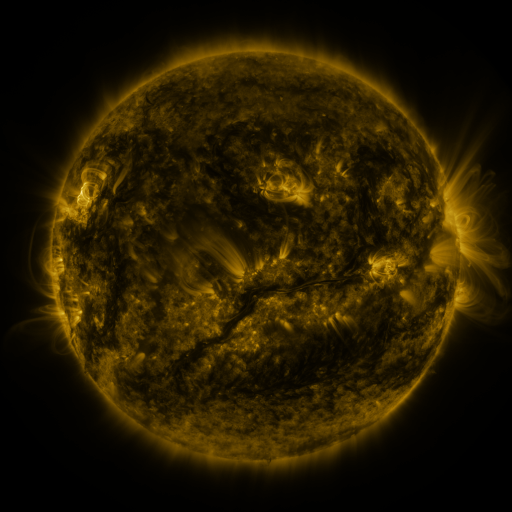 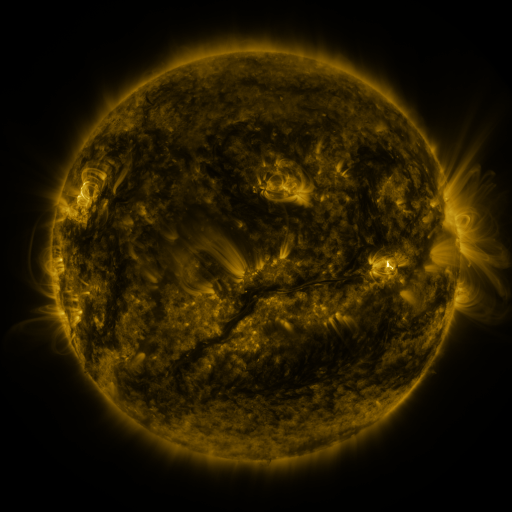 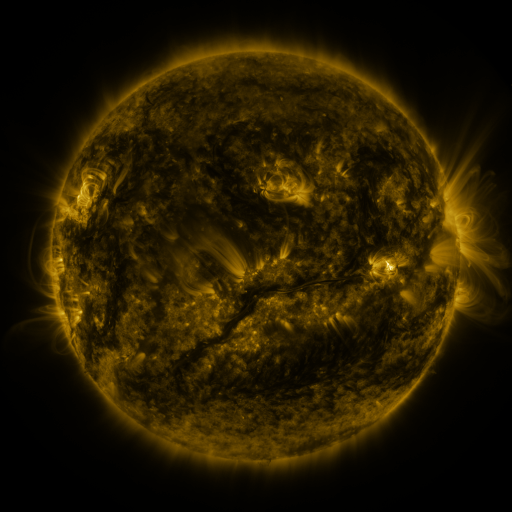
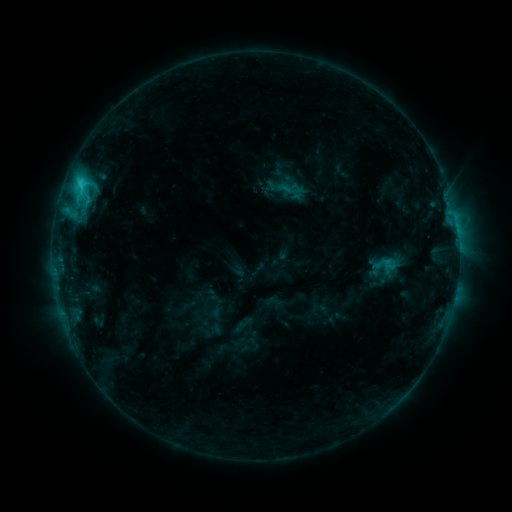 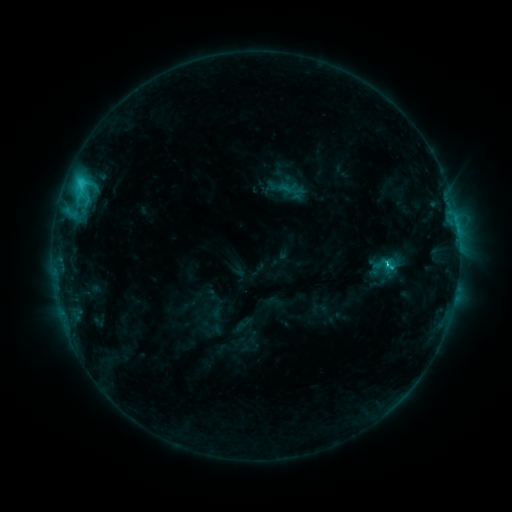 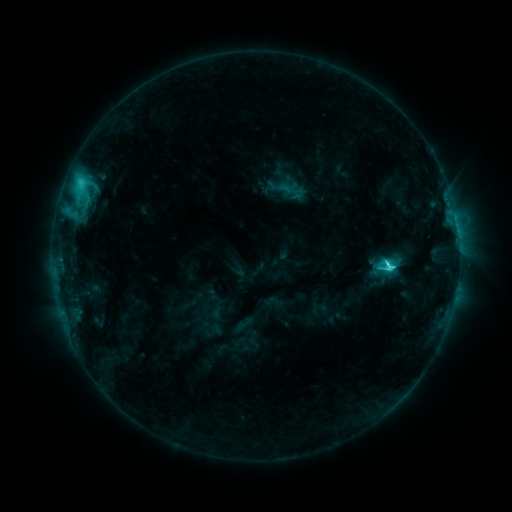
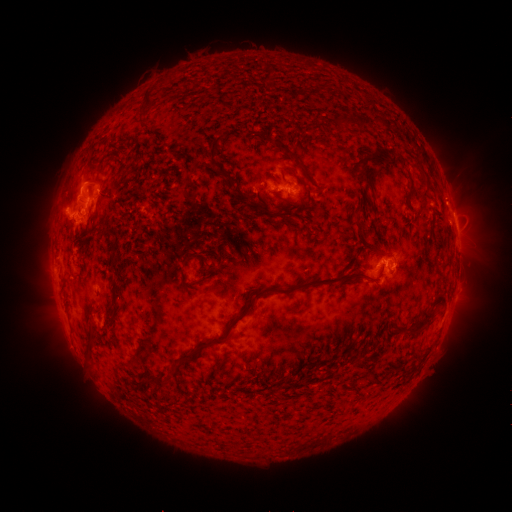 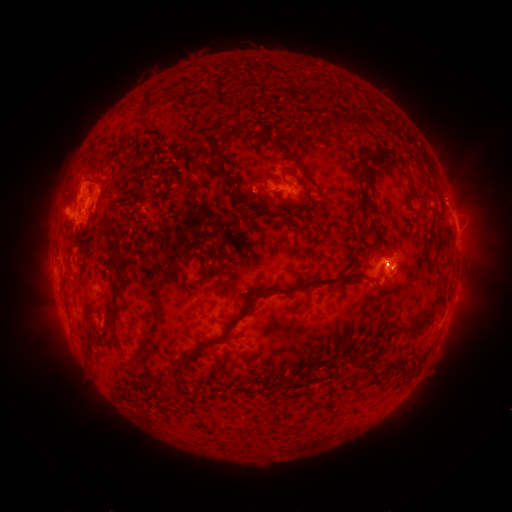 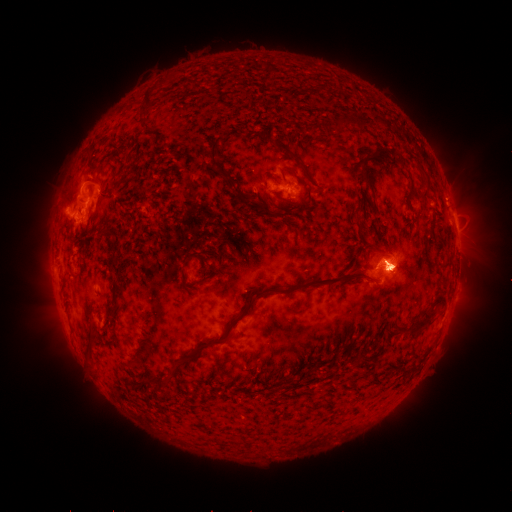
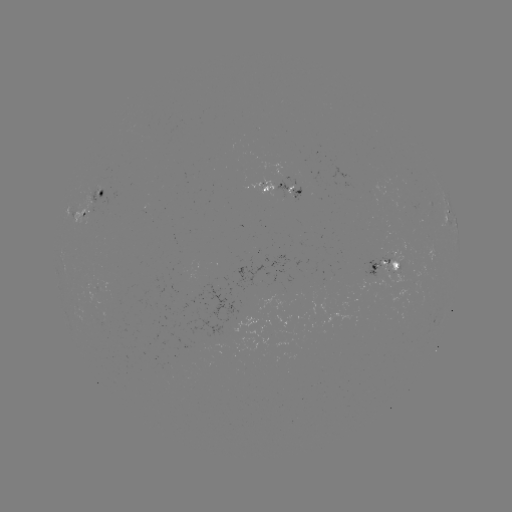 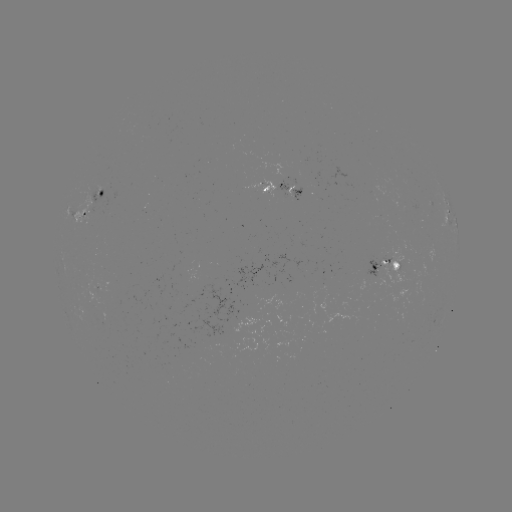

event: flare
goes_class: C8.3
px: (386, 262)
